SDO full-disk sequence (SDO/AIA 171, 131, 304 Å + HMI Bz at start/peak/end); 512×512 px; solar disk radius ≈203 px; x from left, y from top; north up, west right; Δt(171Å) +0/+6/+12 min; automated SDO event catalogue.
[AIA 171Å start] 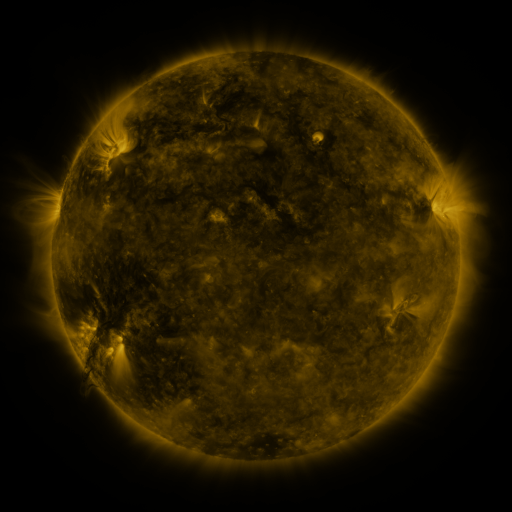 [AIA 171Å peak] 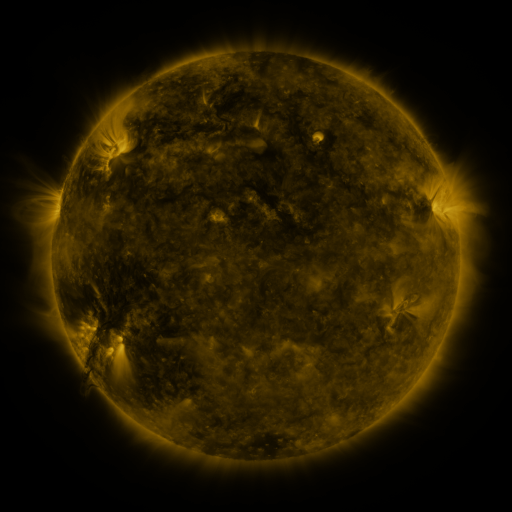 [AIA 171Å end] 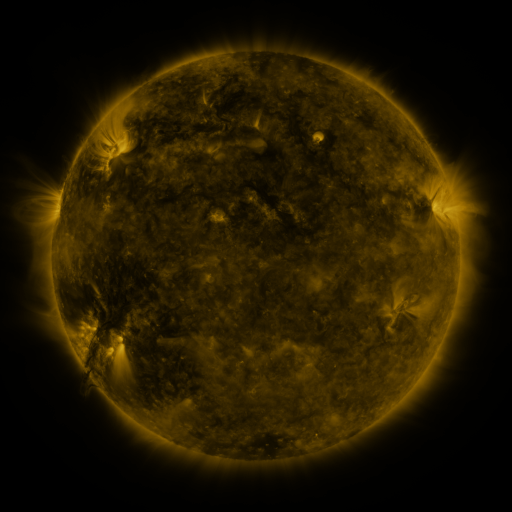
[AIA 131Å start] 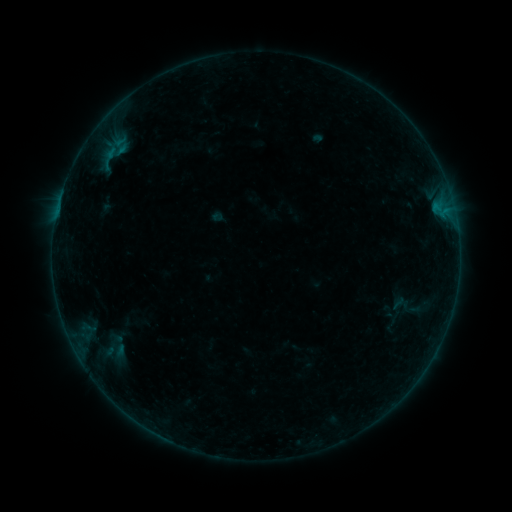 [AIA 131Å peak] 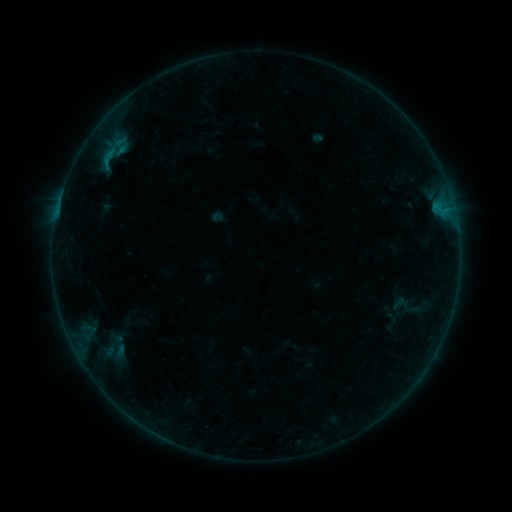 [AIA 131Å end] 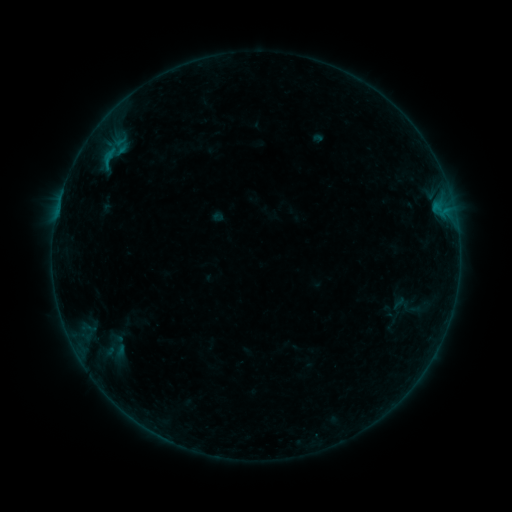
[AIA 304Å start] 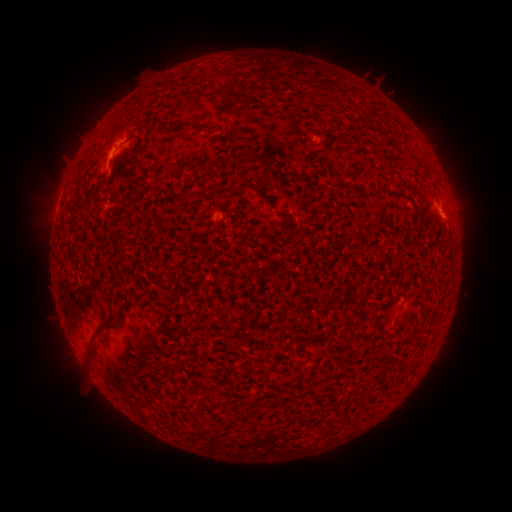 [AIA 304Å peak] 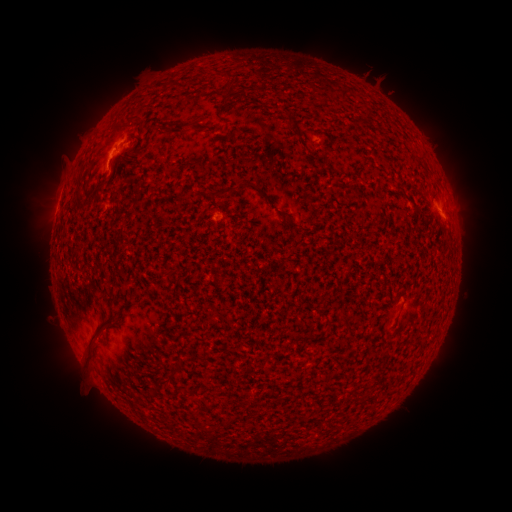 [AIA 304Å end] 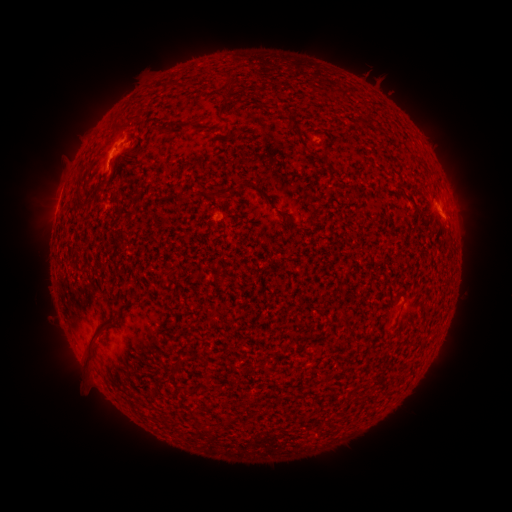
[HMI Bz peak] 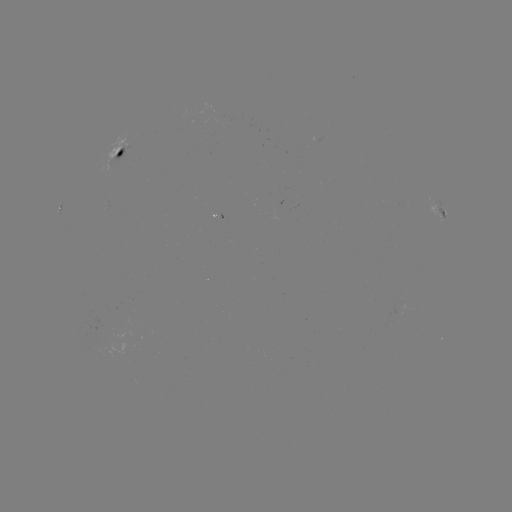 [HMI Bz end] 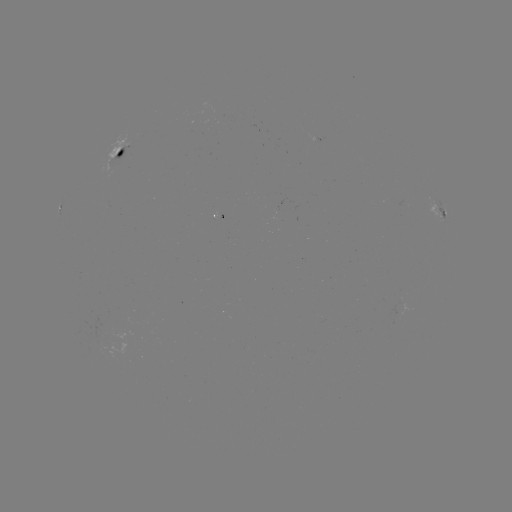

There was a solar flare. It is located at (106, 170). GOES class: B3.1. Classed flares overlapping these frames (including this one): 1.